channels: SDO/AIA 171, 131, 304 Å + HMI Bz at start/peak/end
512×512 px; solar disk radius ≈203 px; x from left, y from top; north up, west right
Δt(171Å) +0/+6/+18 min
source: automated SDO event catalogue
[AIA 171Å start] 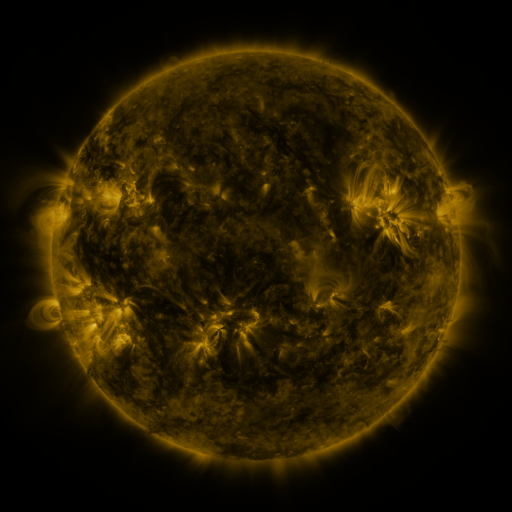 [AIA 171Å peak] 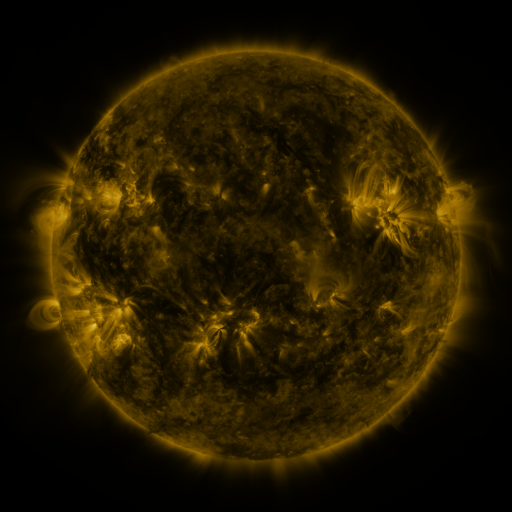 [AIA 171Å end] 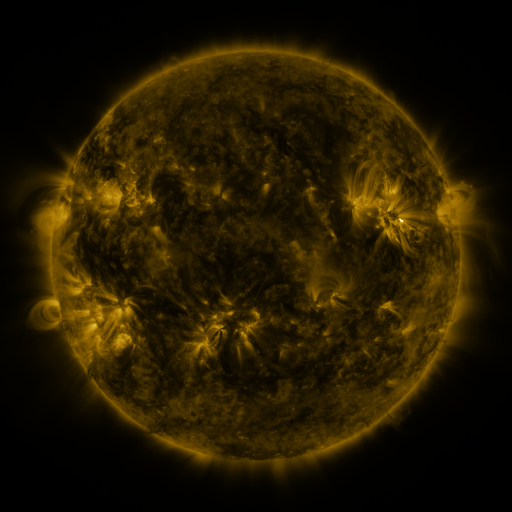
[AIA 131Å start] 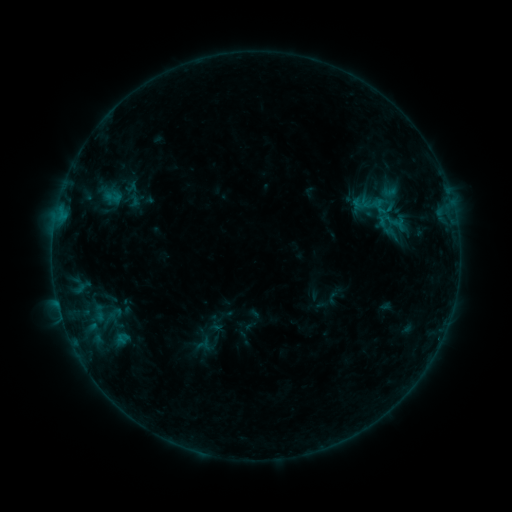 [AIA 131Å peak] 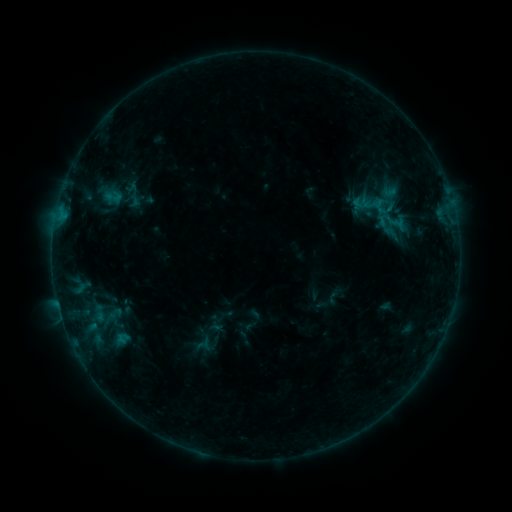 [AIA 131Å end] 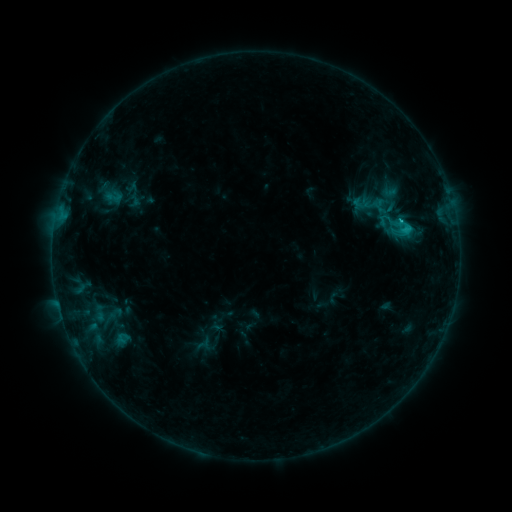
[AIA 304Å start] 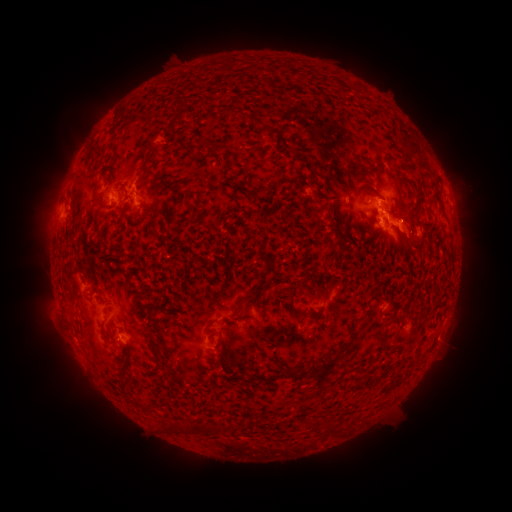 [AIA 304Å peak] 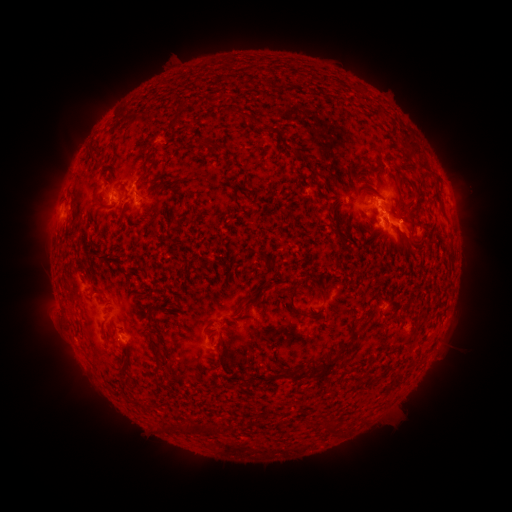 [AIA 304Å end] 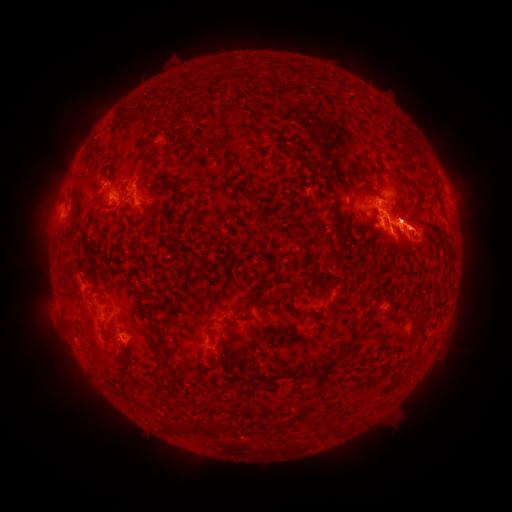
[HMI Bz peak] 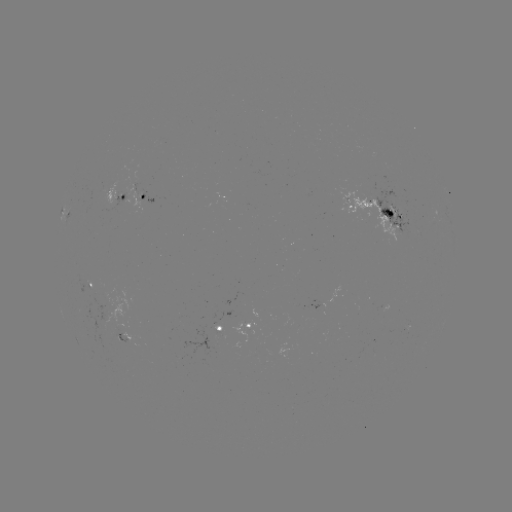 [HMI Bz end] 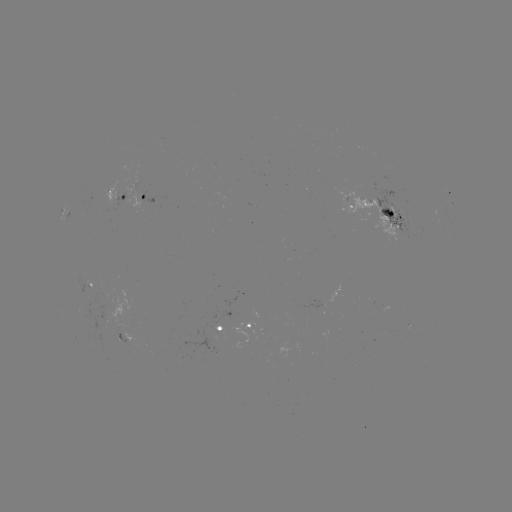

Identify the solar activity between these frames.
C2.5 flare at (399, 224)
